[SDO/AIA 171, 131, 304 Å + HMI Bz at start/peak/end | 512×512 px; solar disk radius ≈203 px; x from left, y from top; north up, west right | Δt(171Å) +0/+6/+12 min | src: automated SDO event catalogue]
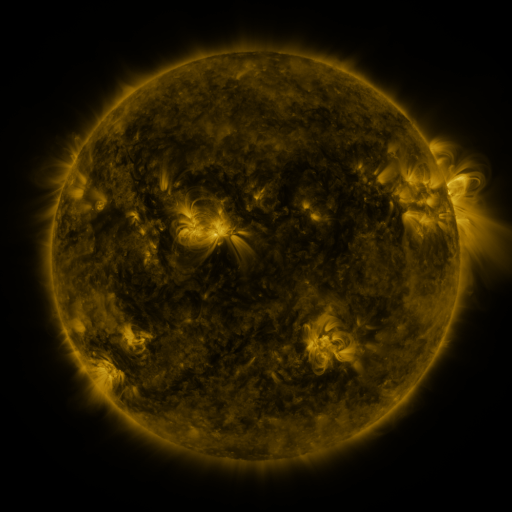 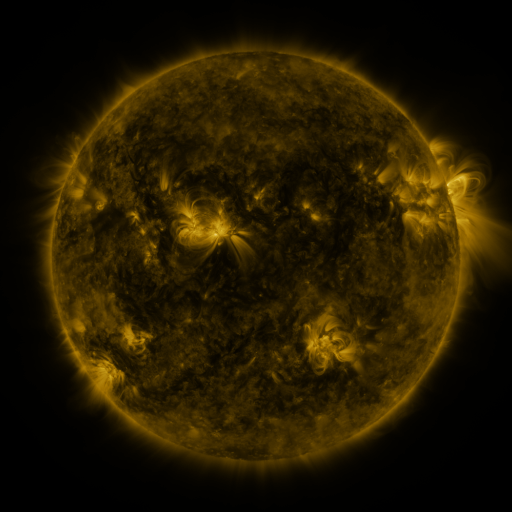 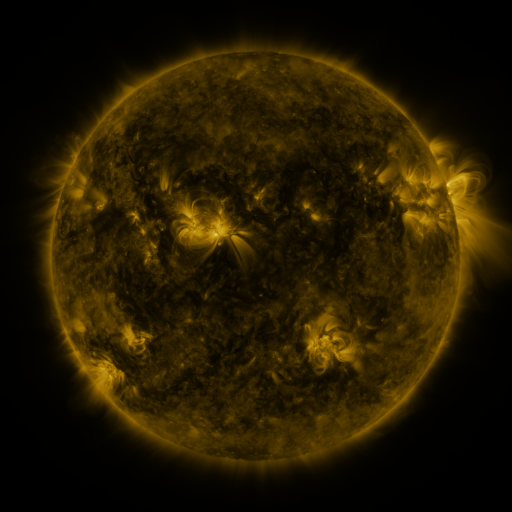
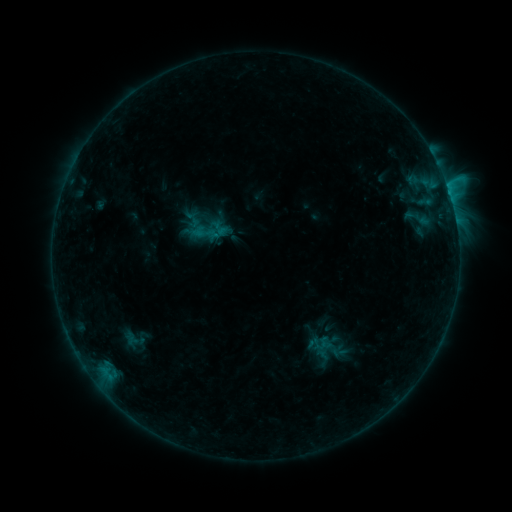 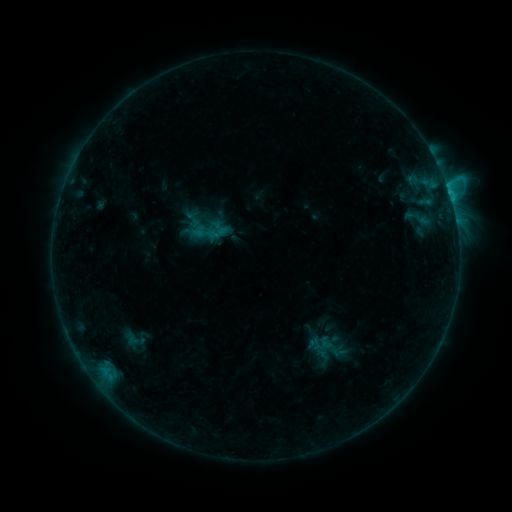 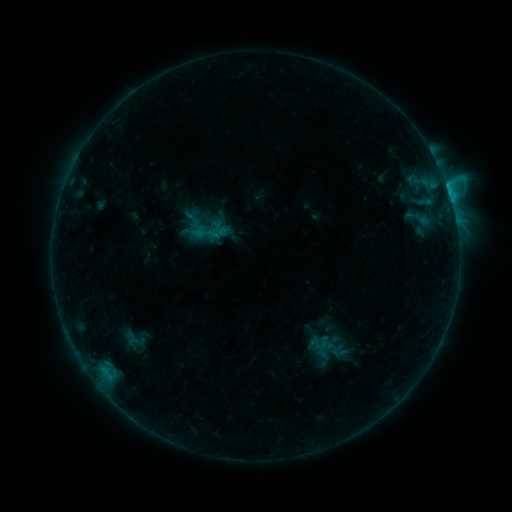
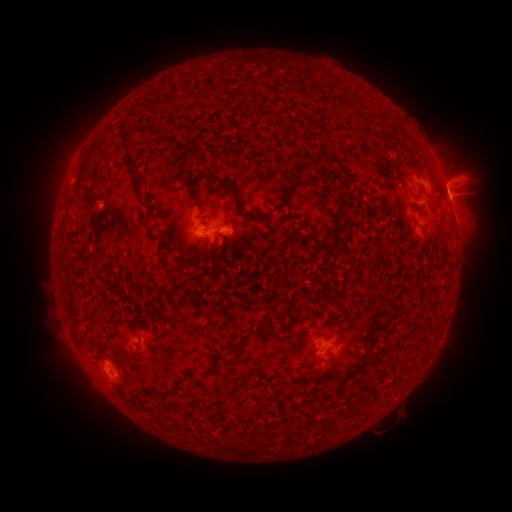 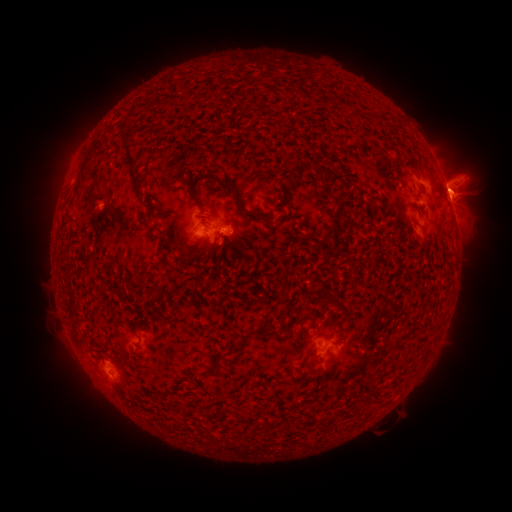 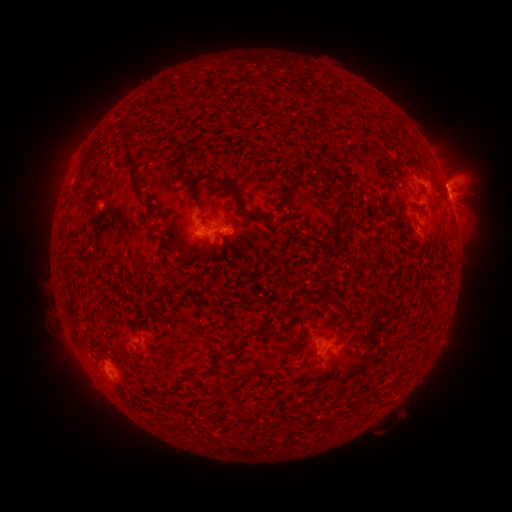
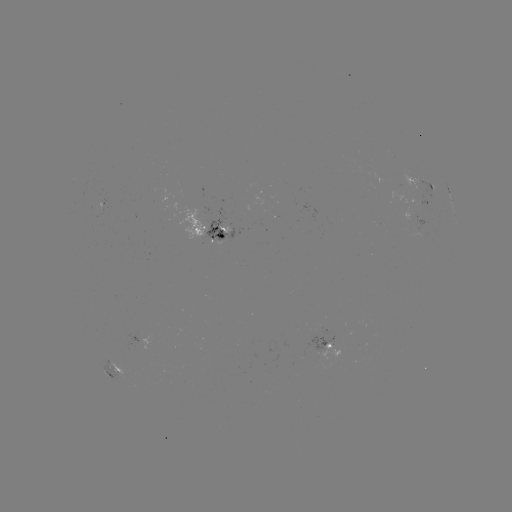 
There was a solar eruption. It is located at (454, 186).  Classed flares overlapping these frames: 2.